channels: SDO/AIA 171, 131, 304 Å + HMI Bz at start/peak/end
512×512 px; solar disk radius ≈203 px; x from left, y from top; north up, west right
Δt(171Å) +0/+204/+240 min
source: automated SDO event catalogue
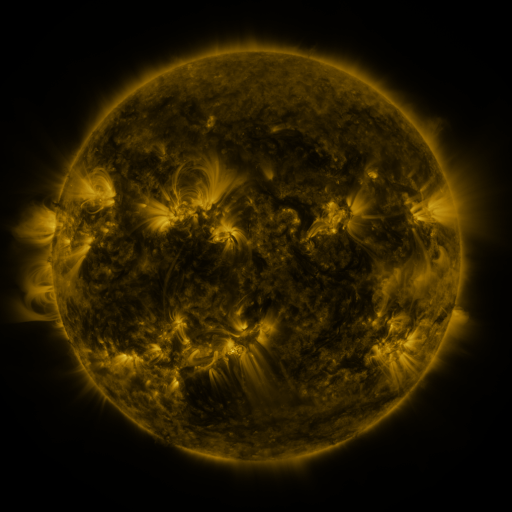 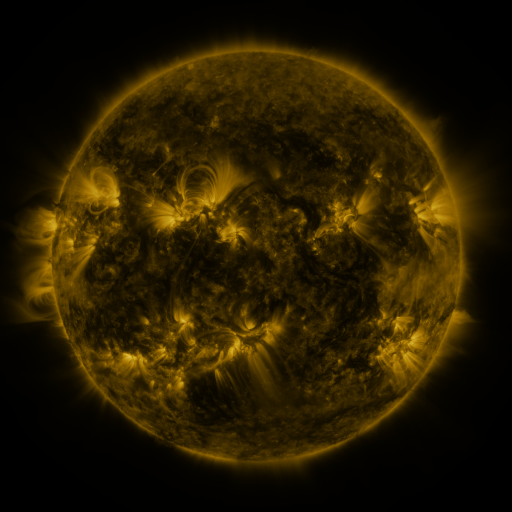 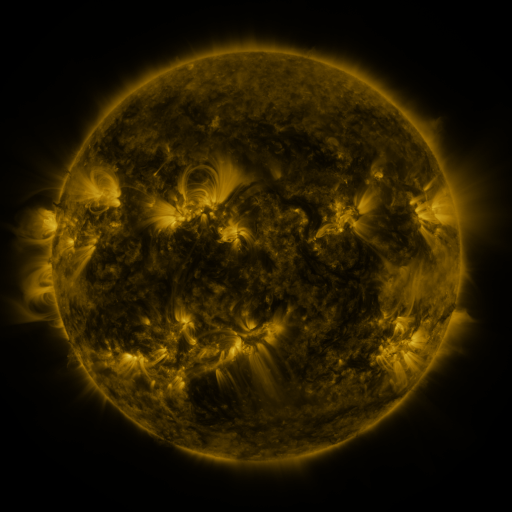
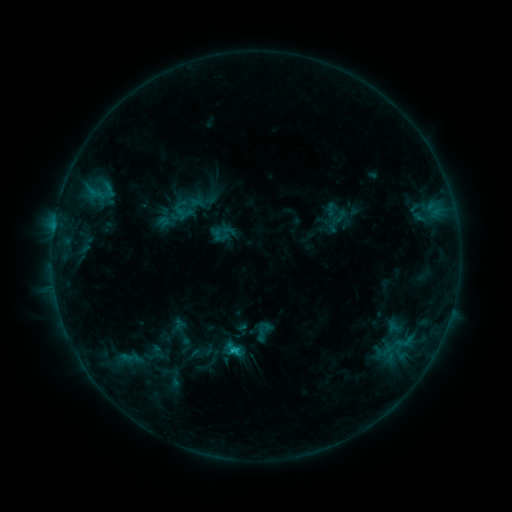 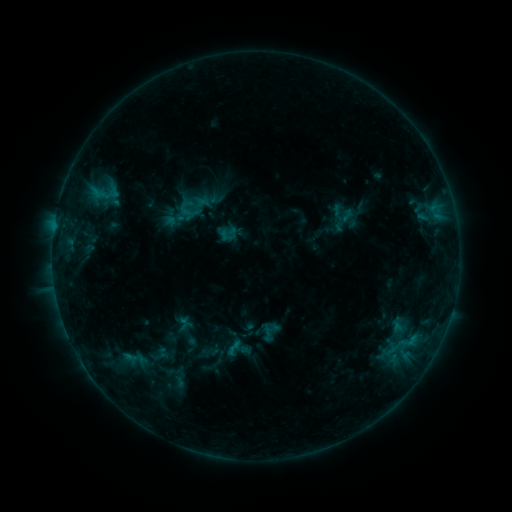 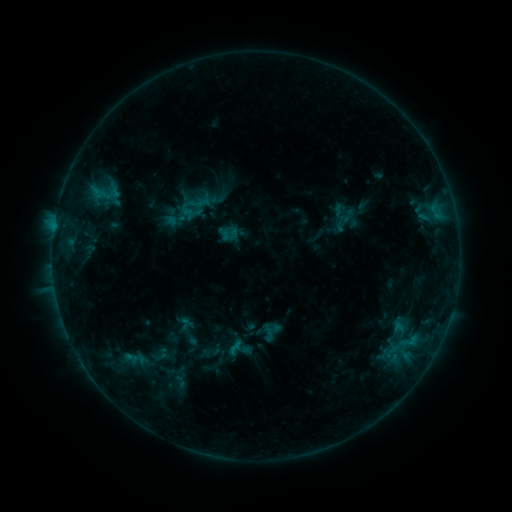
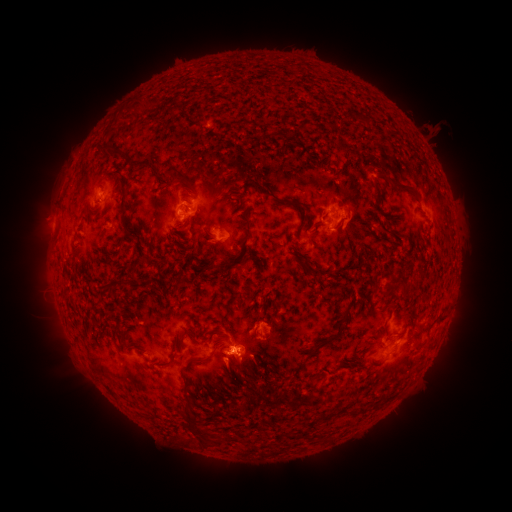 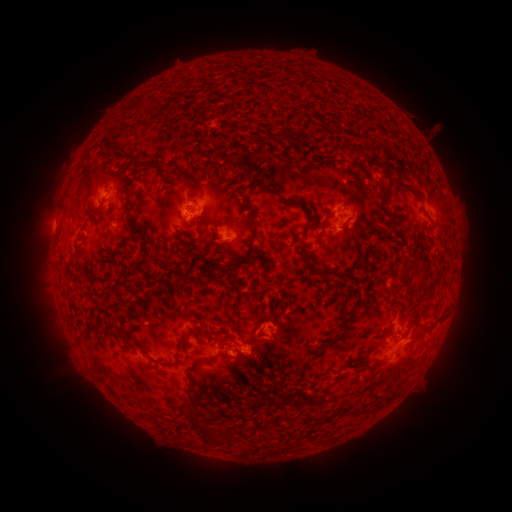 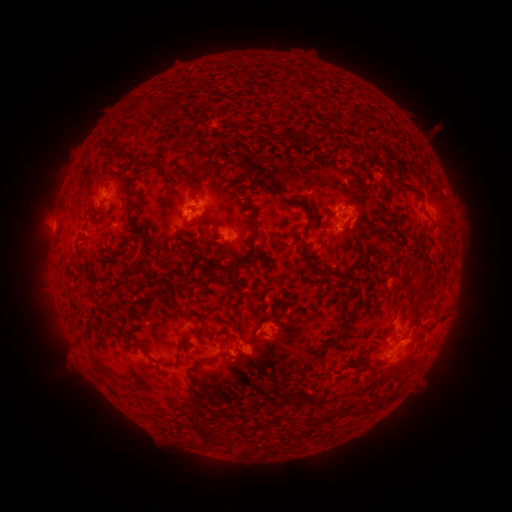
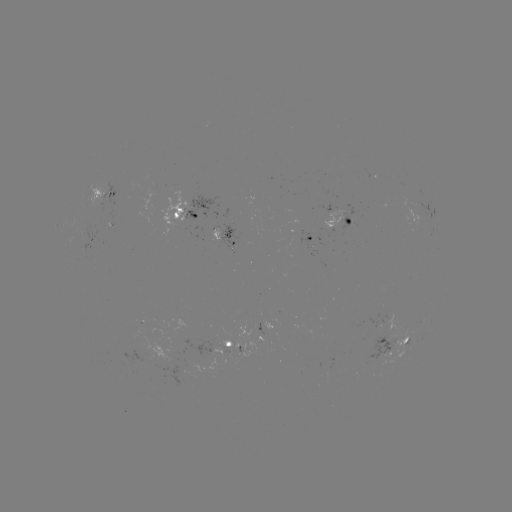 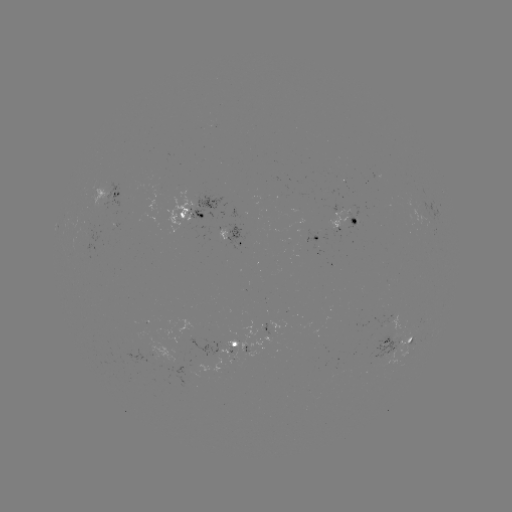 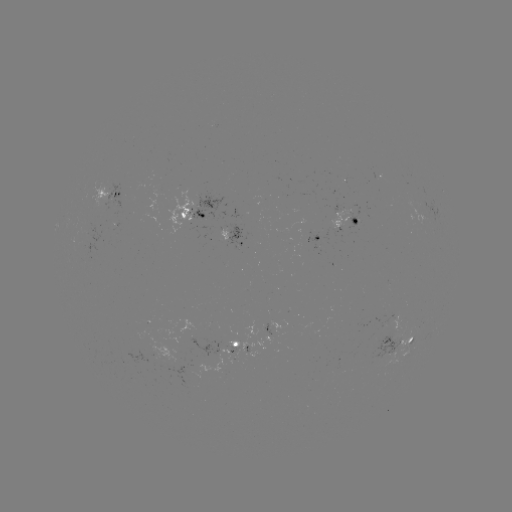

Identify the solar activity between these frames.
emerging-flux region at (238, 352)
